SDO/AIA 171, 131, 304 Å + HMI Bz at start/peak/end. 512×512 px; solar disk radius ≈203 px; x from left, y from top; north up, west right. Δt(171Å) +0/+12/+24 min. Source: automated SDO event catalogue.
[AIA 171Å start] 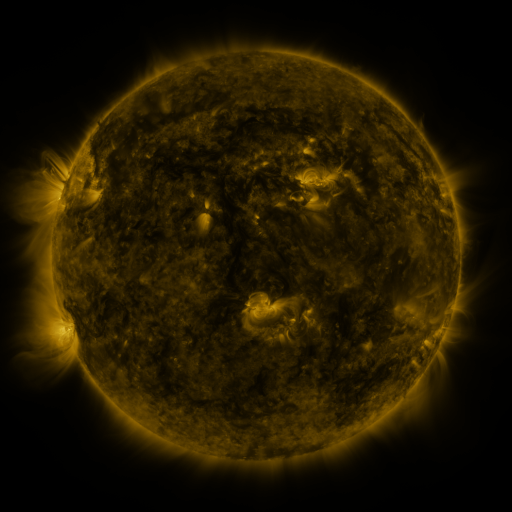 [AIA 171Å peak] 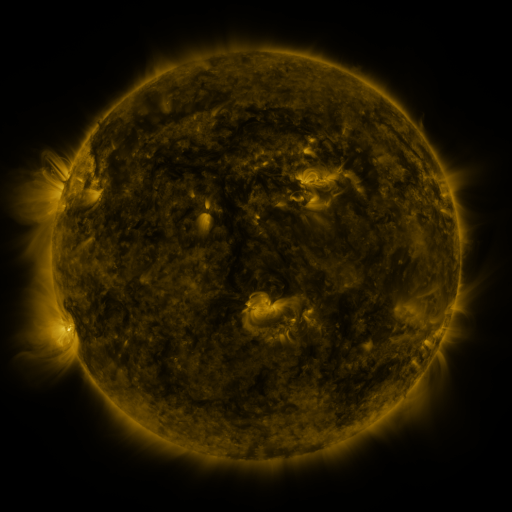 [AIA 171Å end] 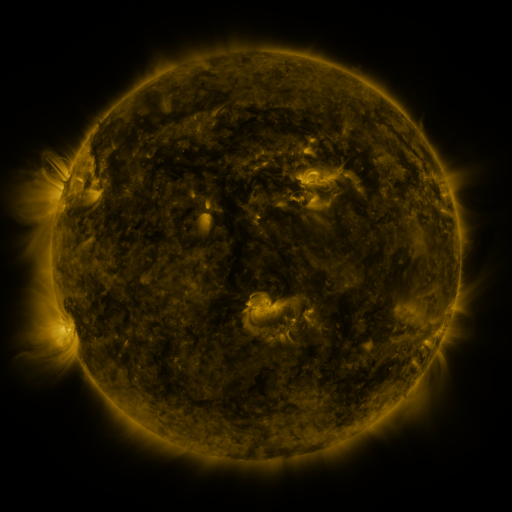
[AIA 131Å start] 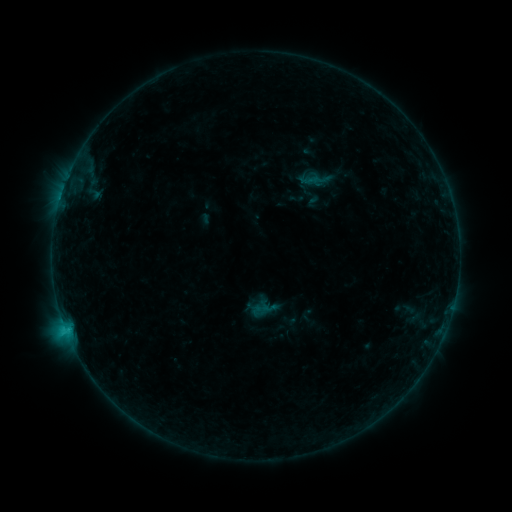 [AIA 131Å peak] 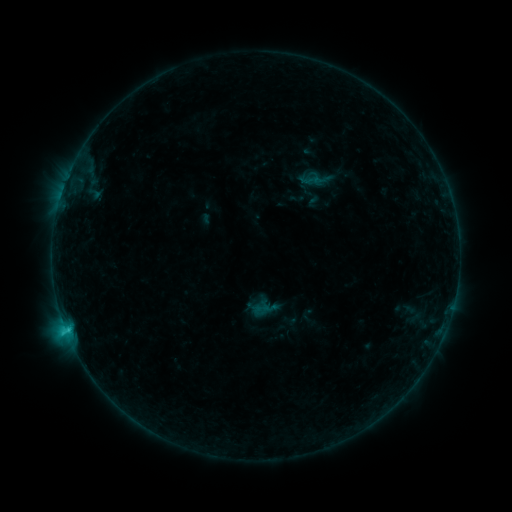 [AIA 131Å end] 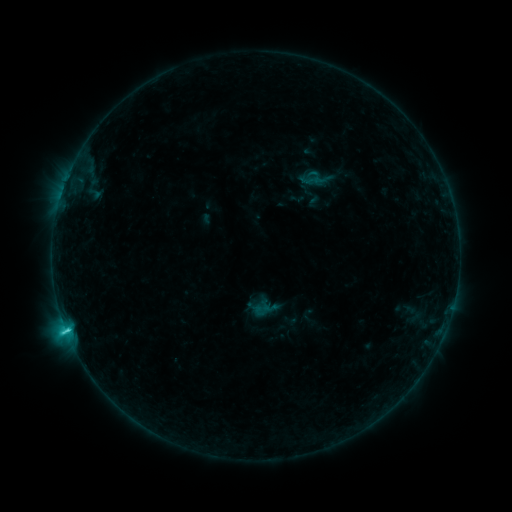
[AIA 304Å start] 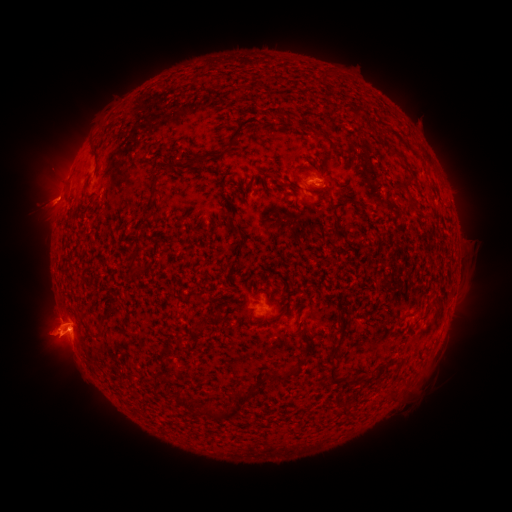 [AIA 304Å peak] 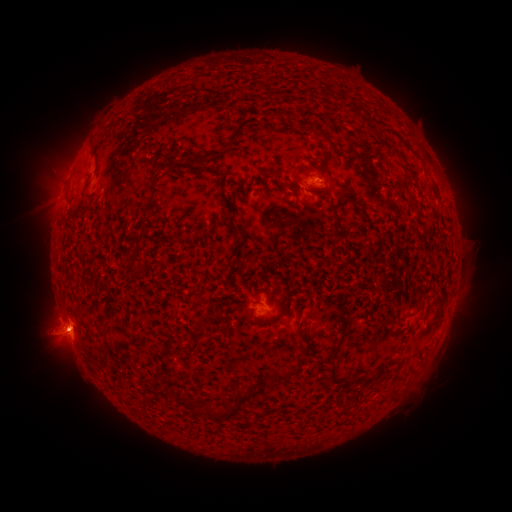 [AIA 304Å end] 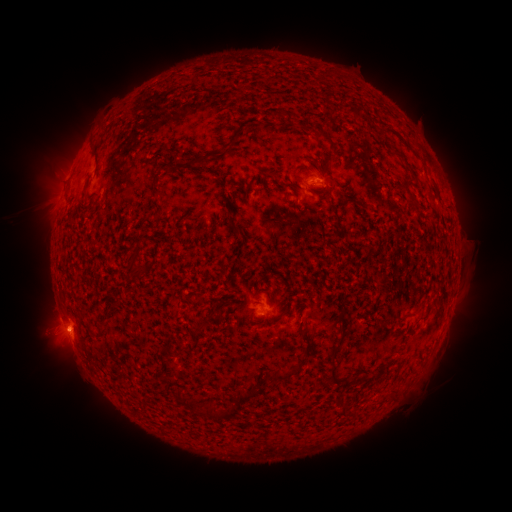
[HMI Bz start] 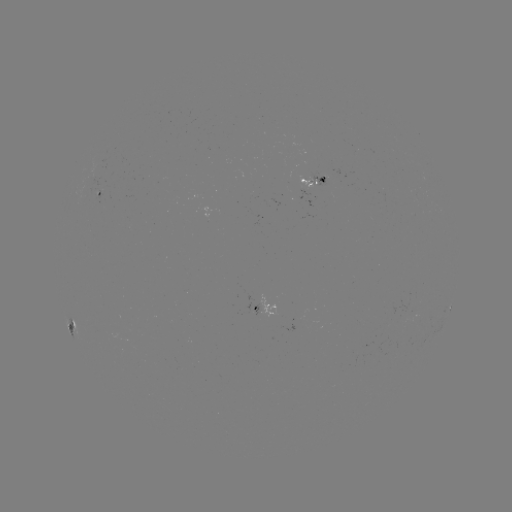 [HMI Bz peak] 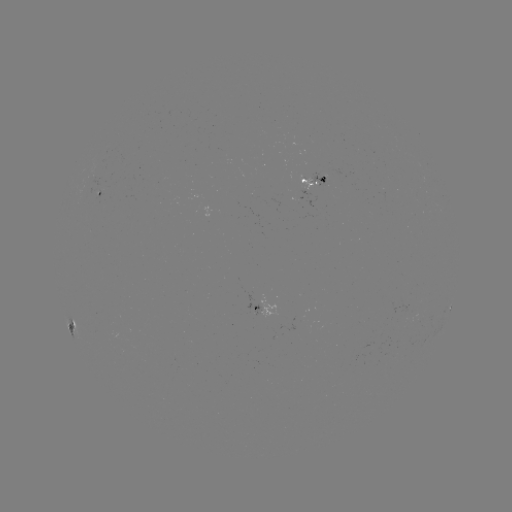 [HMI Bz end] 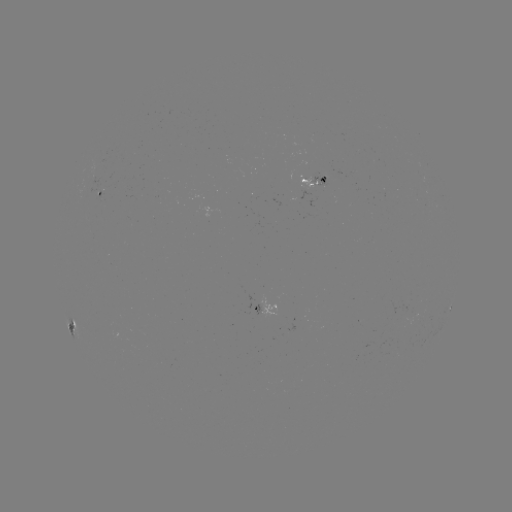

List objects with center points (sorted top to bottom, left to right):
C2.1 flare: (68, 328)
